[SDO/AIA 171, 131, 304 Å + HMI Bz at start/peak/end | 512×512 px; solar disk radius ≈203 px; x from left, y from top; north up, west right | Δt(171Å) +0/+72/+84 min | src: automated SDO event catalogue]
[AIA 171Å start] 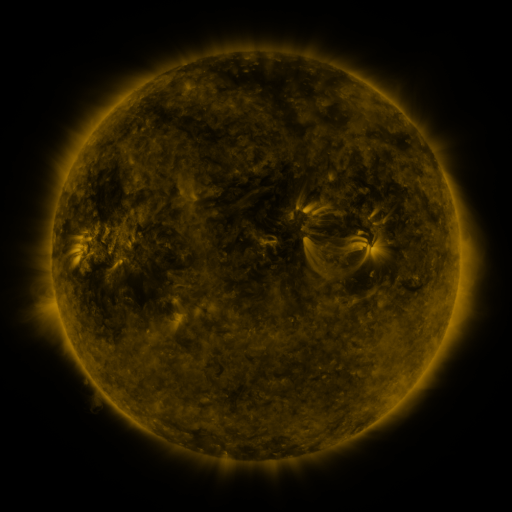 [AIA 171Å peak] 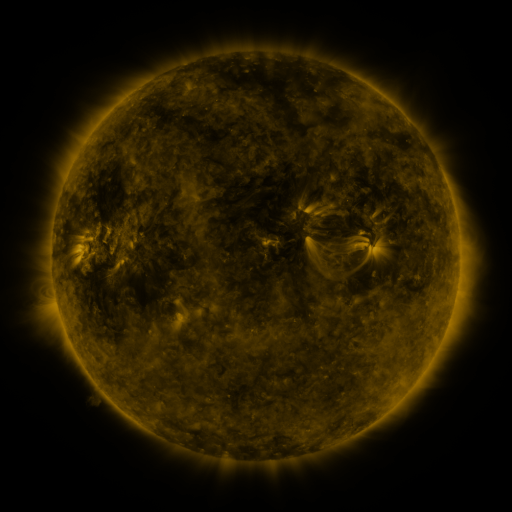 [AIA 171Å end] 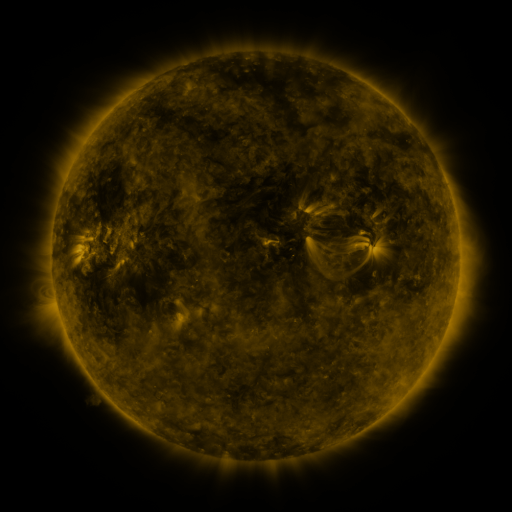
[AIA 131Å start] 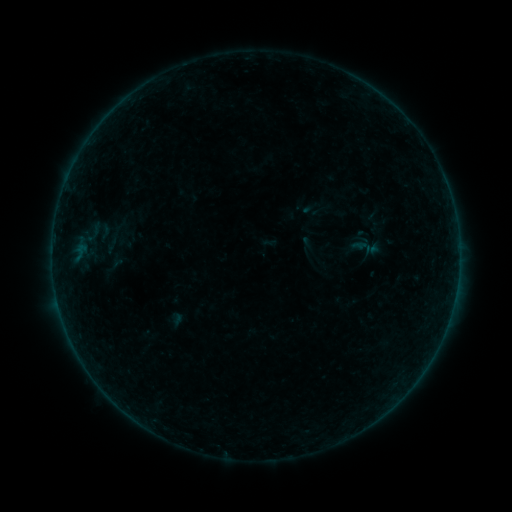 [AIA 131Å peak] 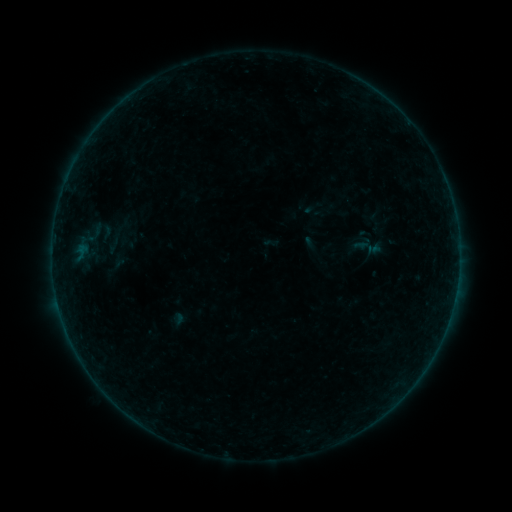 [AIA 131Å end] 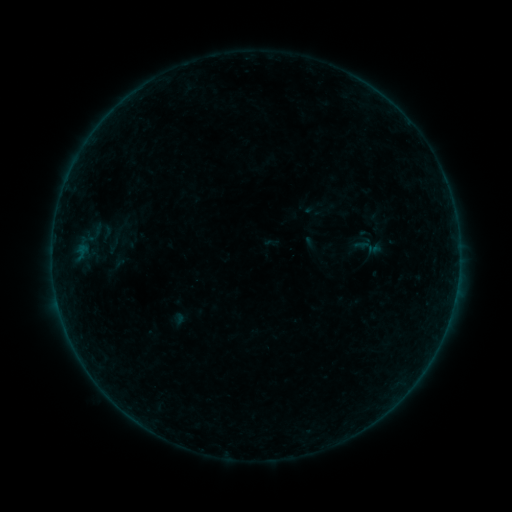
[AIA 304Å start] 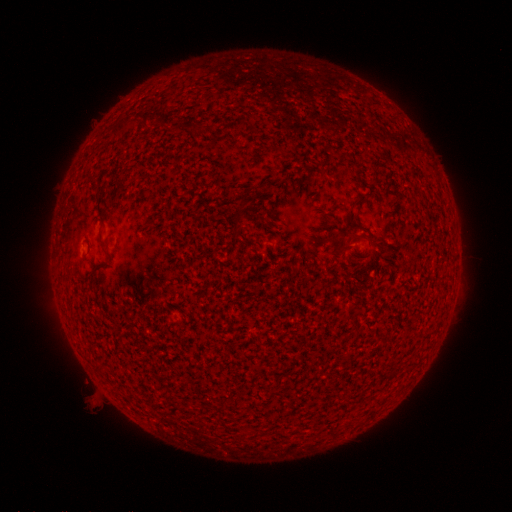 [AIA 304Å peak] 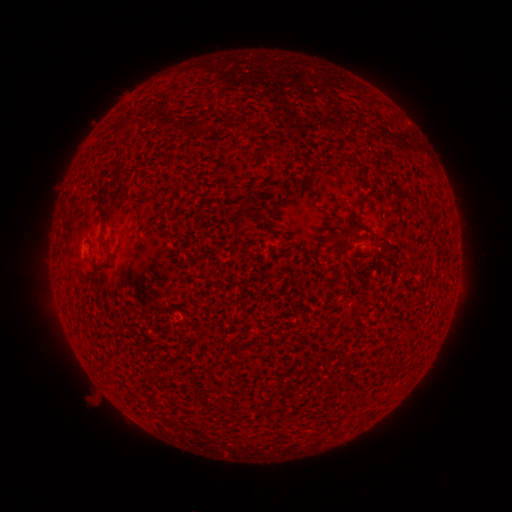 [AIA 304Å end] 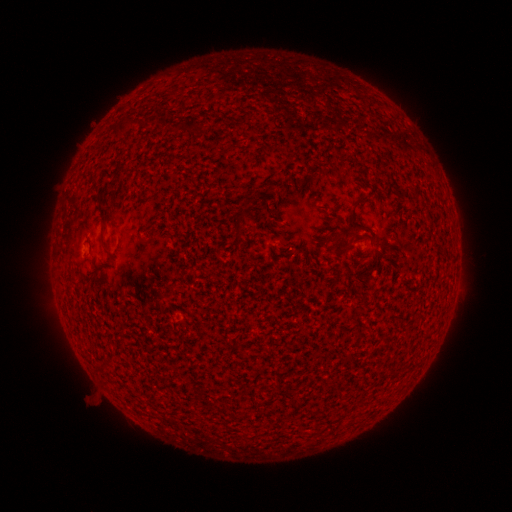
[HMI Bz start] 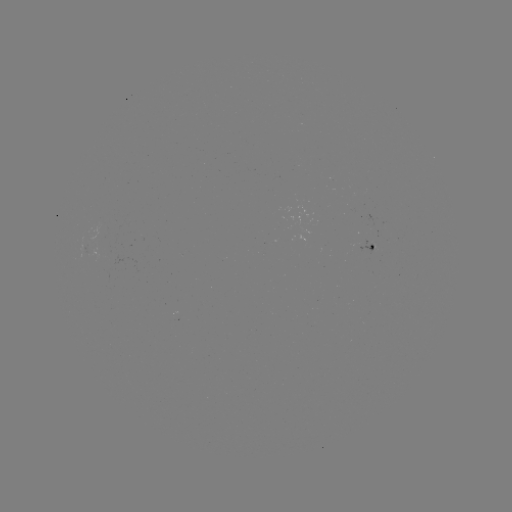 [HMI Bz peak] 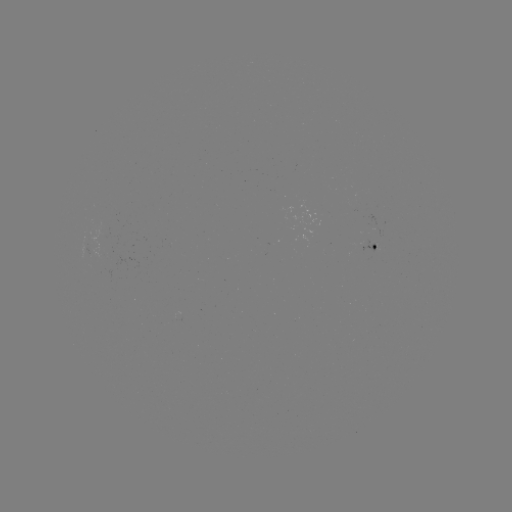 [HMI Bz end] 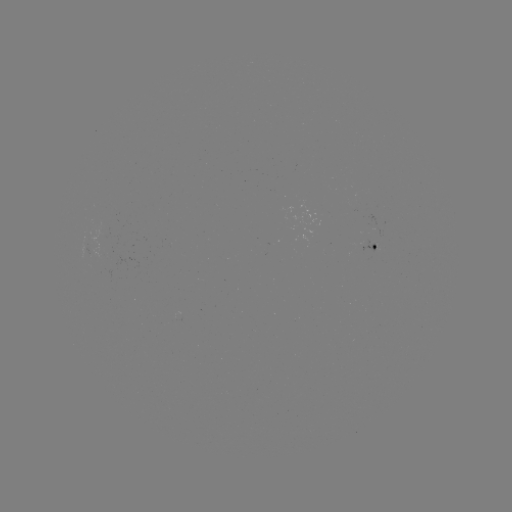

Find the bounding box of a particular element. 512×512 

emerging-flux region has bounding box [359, 241, 375, 253].